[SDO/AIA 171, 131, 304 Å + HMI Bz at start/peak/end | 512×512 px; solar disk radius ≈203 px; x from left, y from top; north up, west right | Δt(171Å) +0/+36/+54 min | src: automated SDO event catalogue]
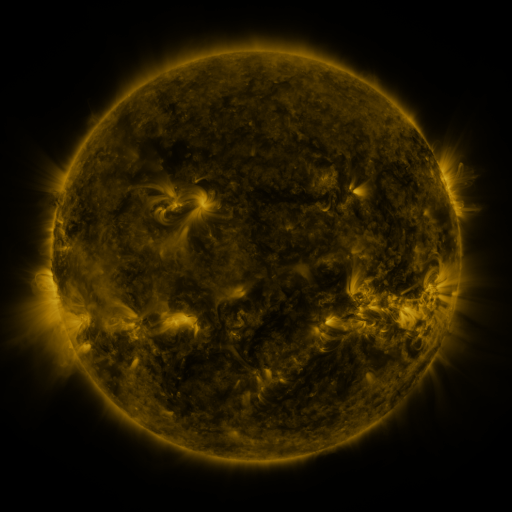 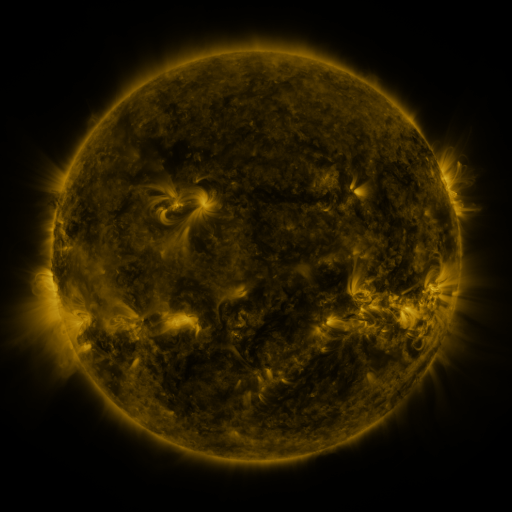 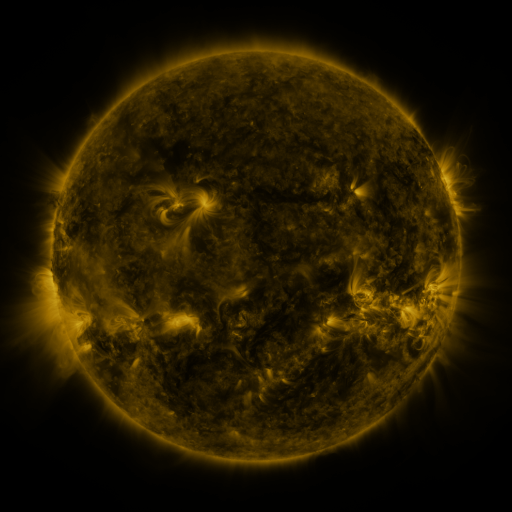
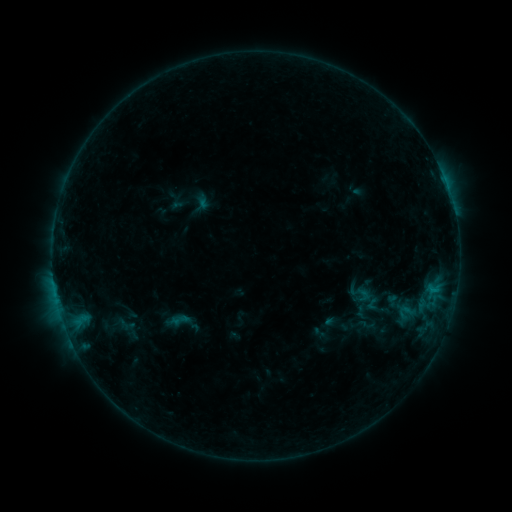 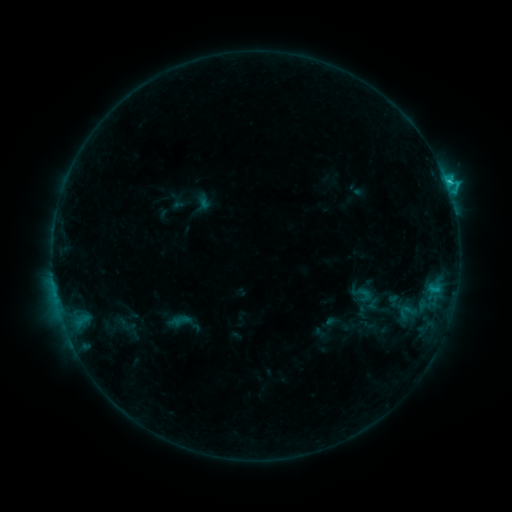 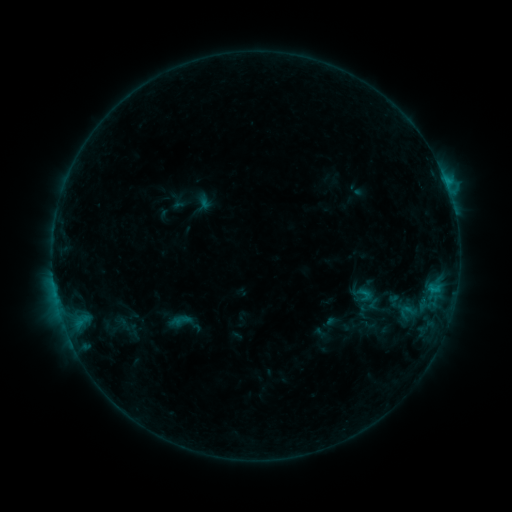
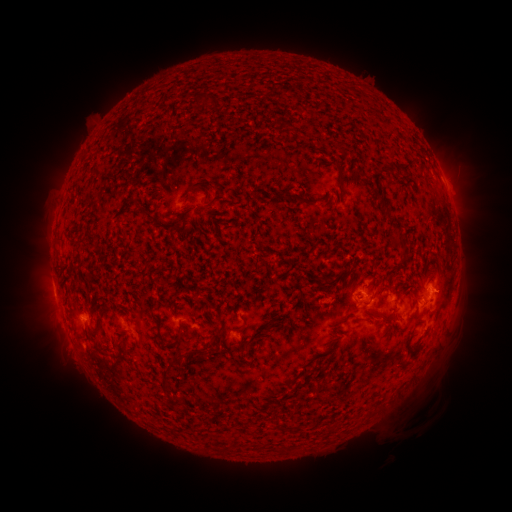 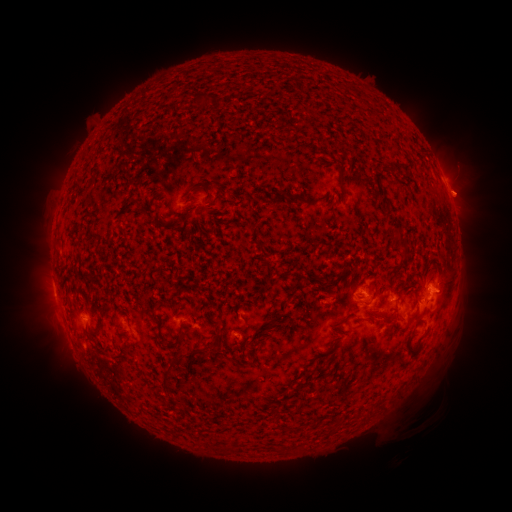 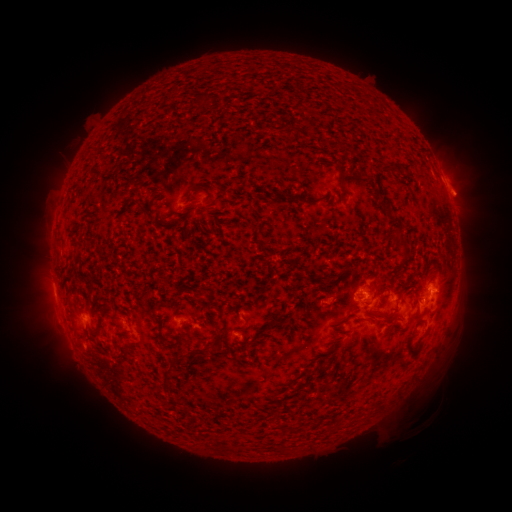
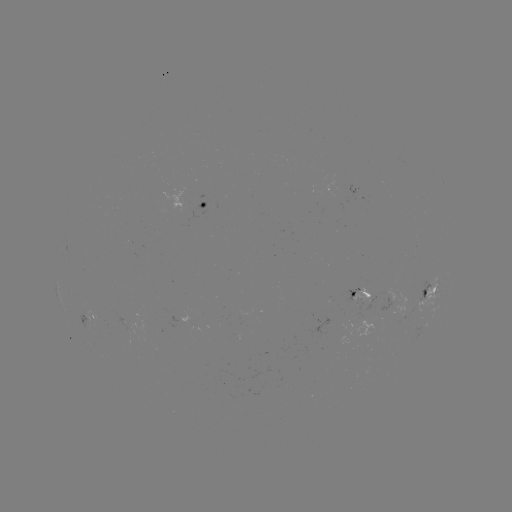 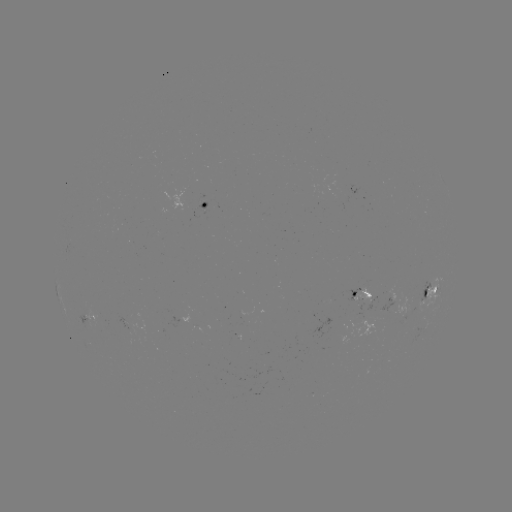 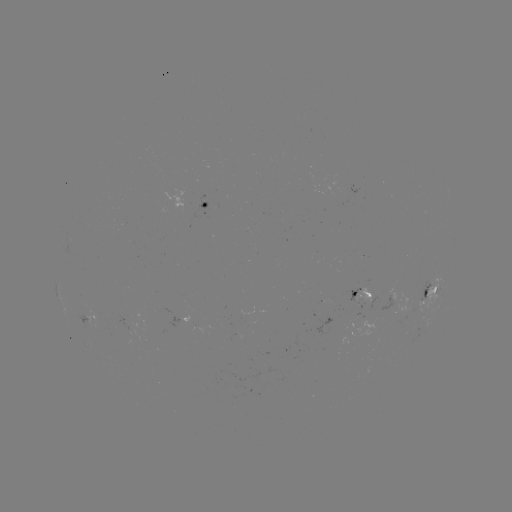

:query C1.7 flare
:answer (445, 184)